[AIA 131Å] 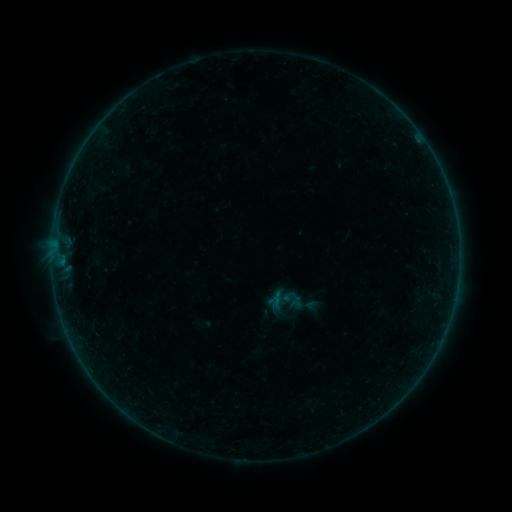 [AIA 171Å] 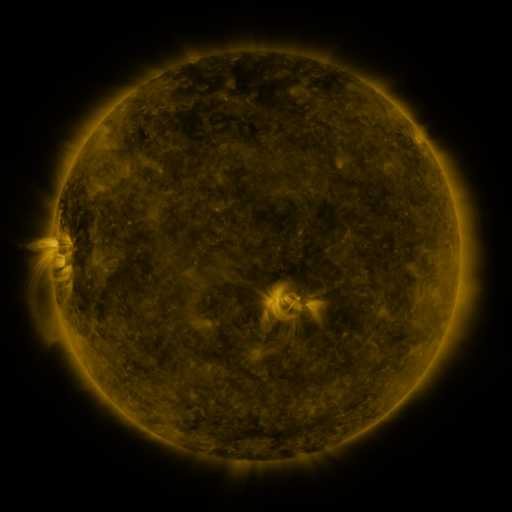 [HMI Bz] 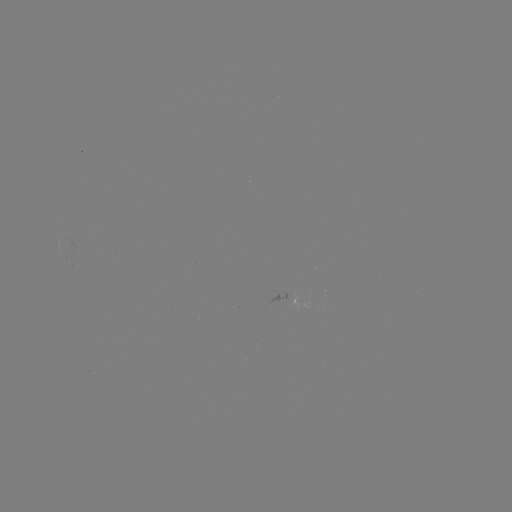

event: sigmoid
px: (284, 301)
